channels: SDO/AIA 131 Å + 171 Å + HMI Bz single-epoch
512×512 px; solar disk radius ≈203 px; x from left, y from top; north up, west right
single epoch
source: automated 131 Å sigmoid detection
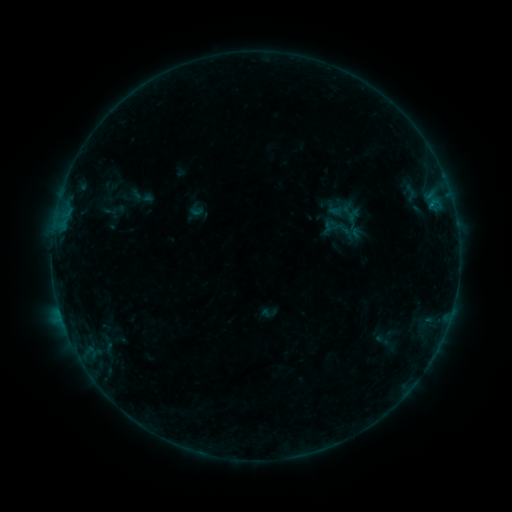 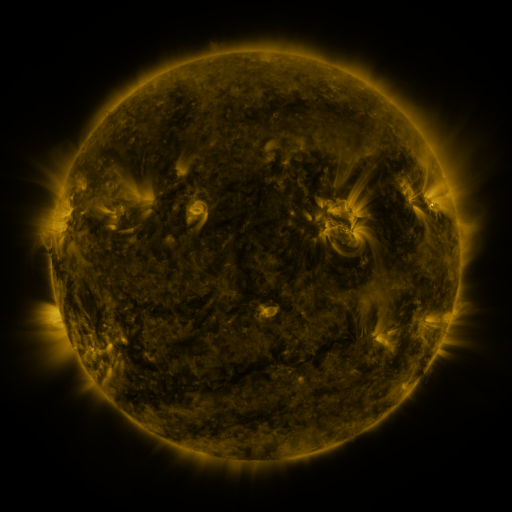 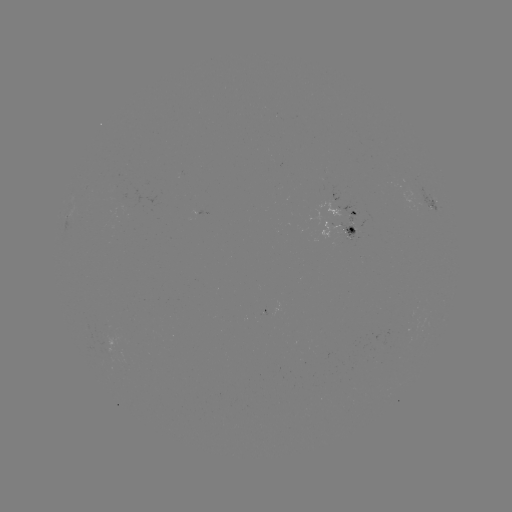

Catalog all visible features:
sigmoid: (354, 223)
sigmoid: (344, 231)
sigmoid: (270, 313)
